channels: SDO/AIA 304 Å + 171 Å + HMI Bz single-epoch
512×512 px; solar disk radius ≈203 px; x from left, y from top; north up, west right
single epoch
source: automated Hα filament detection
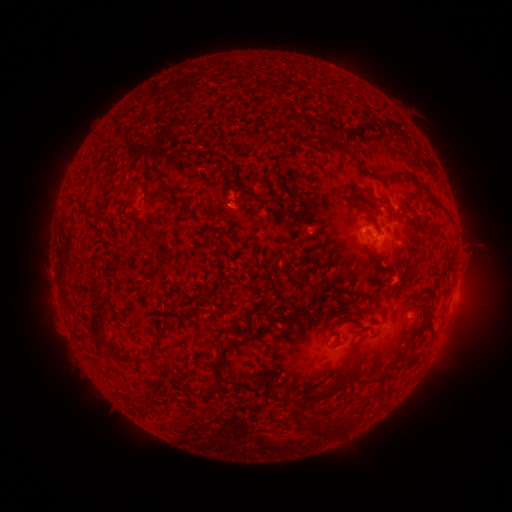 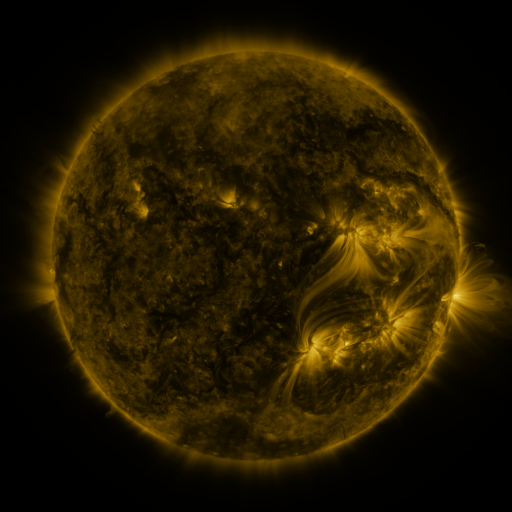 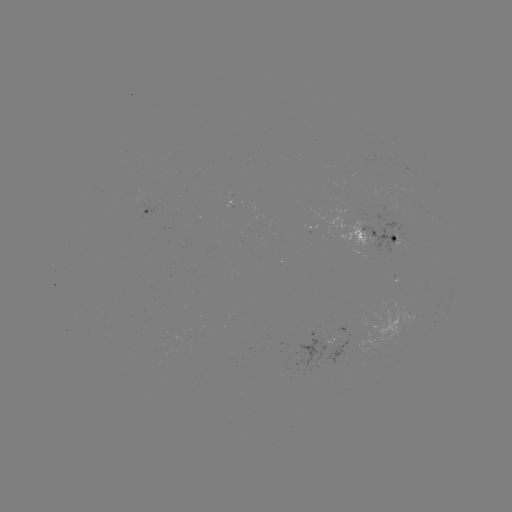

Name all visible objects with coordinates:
filament: [386, 121, 395, 131]
filament: [328, 142, 347, 158]
filament: [108, 171, 115, 182]
filament: [395, 172, 404, 180]
filament: [416, 184, 427, 193]
filament: [138, 191, 148, 206]
filament: [174, 195, 192, 213]
filament: [351, 202, 376, 226]
filament: [79, 204, 90, 214]
filament: [198, 216, 209, 222]
filament: [394, 246, 406, 257]
filament: [372, 259, 395, 278]
filament: [88, 308, 108, 340]
filament: [331, 316, 344, 327]
filament: [422, 319, 434, 337]
filament: [132, 334, 161, 362]
filament: [217, 335, 240, 356]
filament: [355, 336, 366, 344]
filament: [340, 349, 354, 363]
filament: [212, 355, 223, 383]
filament: [310, 360, 358, 402]
